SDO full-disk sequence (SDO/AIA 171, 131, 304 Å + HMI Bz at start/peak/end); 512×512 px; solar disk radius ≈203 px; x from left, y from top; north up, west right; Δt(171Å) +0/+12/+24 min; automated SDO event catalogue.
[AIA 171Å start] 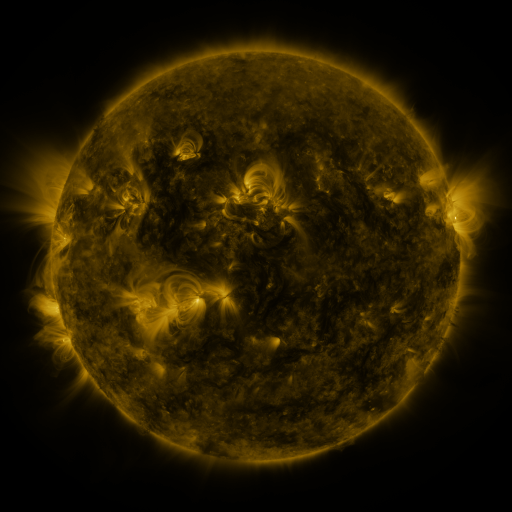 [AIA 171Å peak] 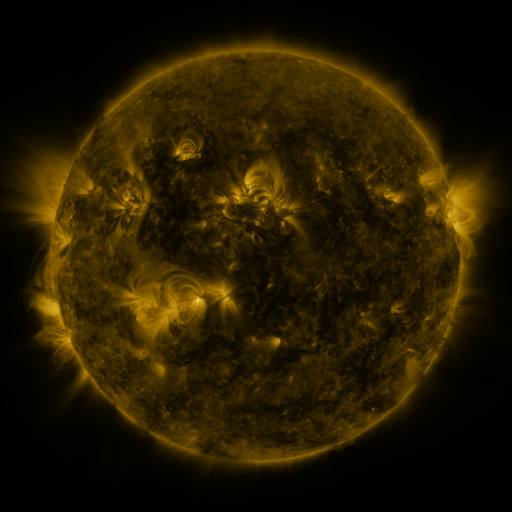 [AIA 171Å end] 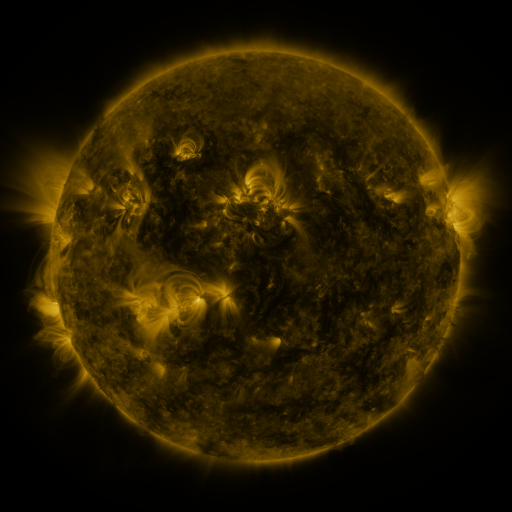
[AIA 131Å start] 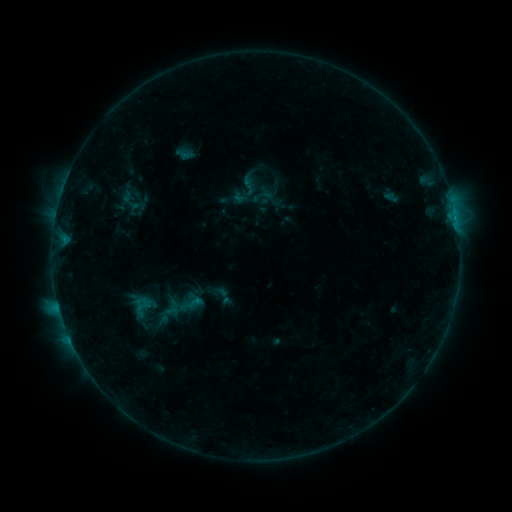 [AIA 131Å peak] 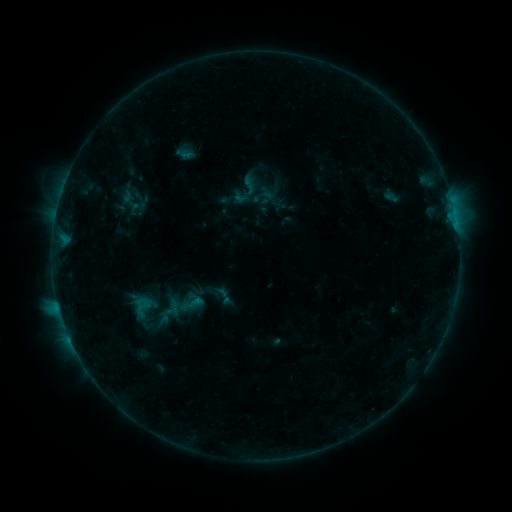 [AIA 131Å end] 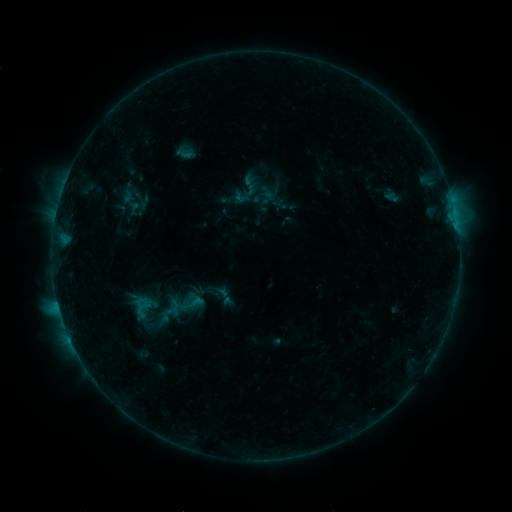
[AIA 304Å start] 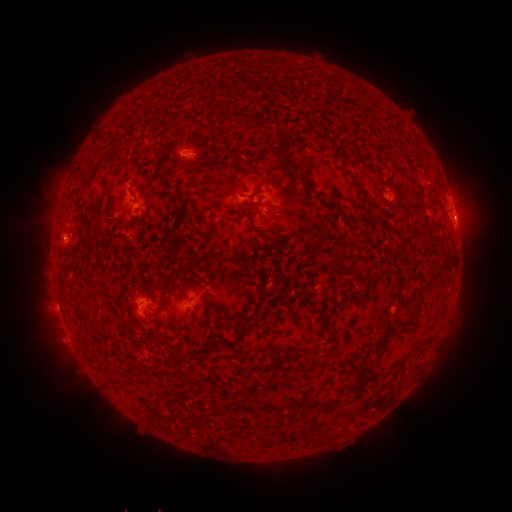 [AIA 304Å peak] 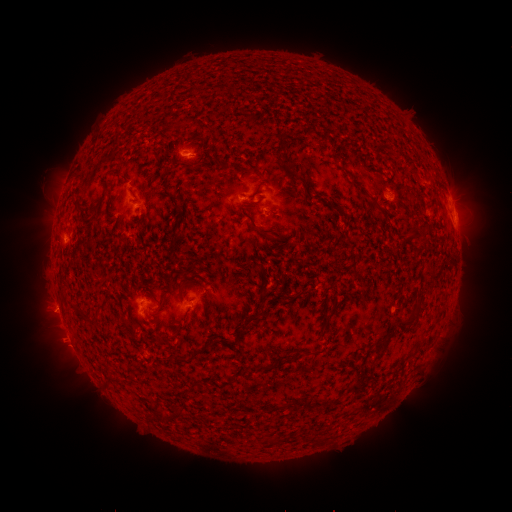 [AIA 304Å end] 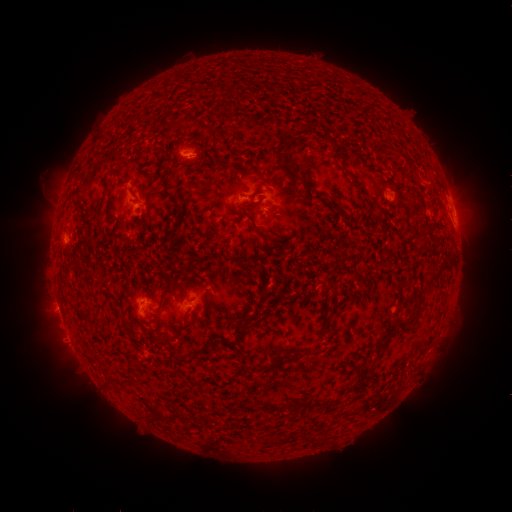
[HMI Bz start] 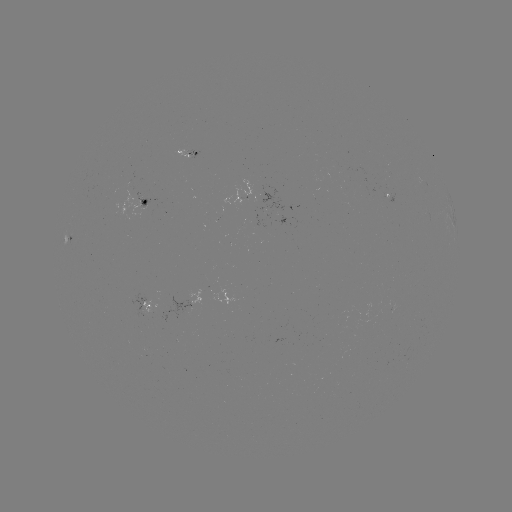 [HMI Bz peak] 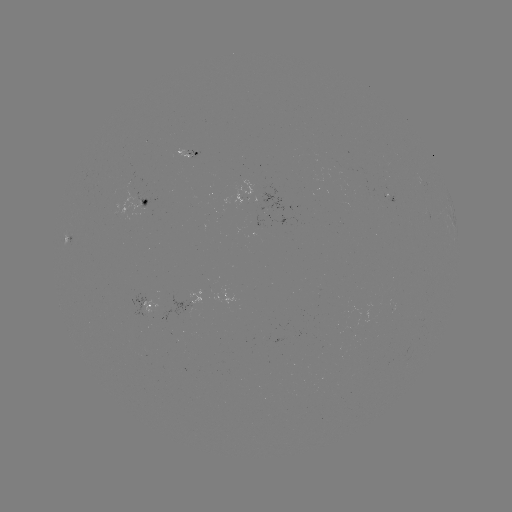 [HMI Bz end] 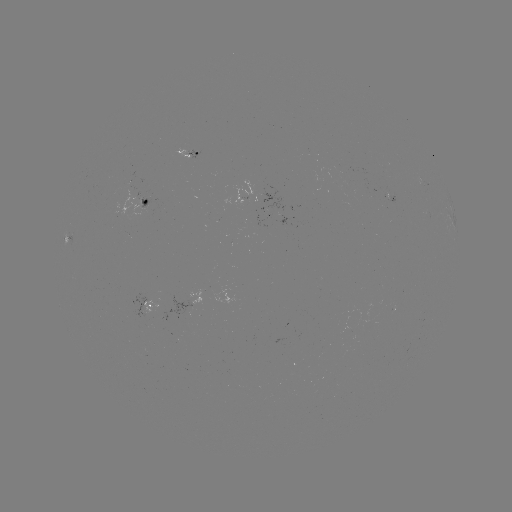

no flare in any classed list; no EUV-trigger detection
